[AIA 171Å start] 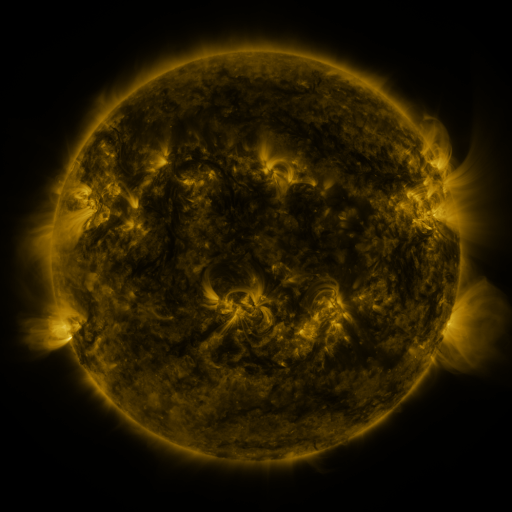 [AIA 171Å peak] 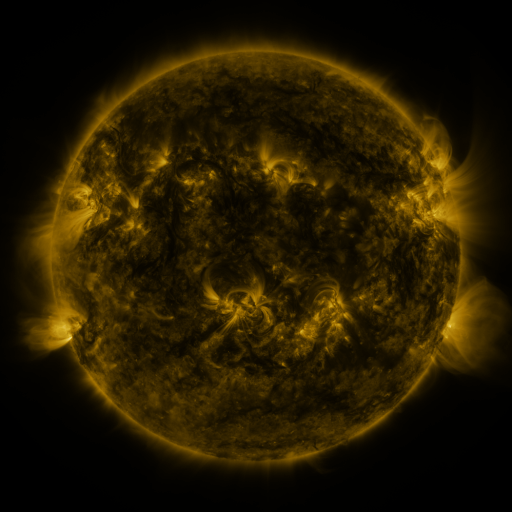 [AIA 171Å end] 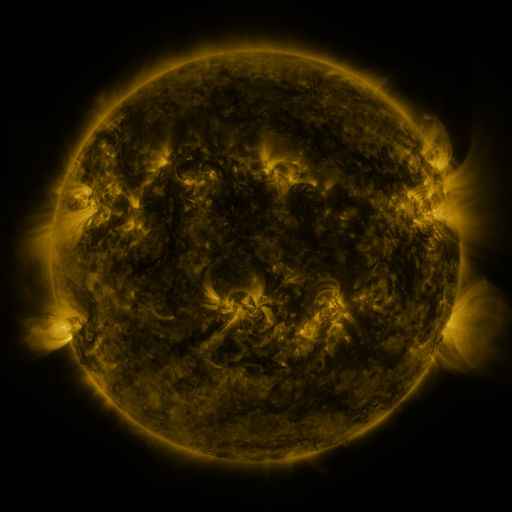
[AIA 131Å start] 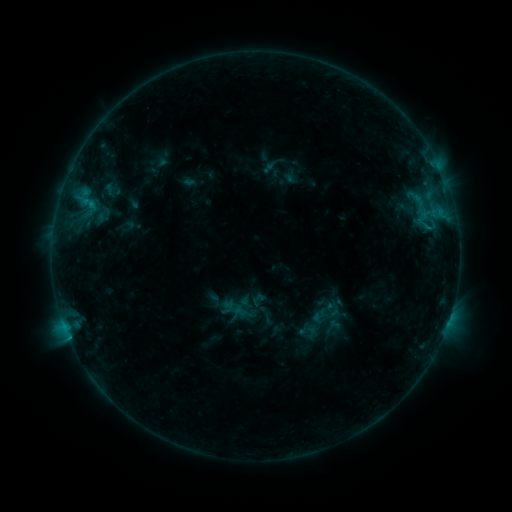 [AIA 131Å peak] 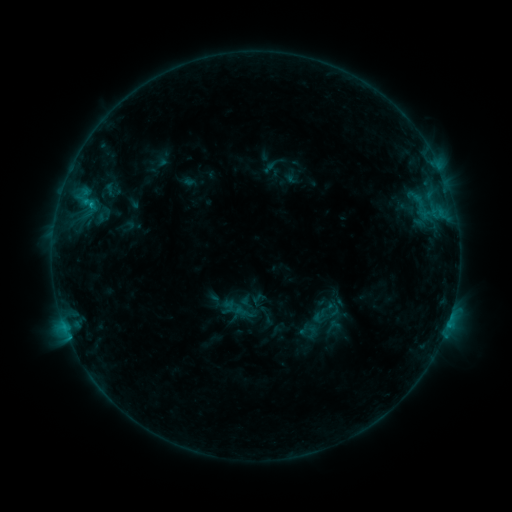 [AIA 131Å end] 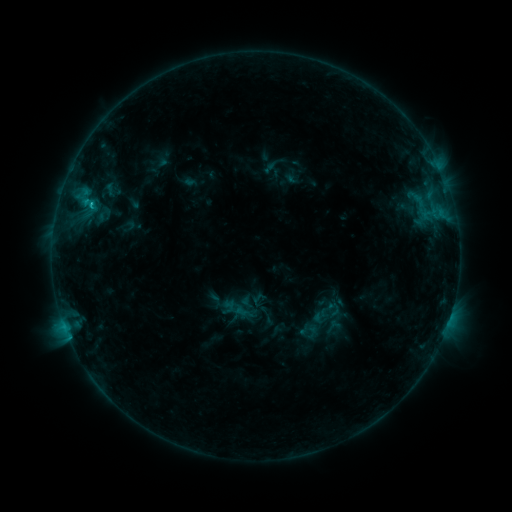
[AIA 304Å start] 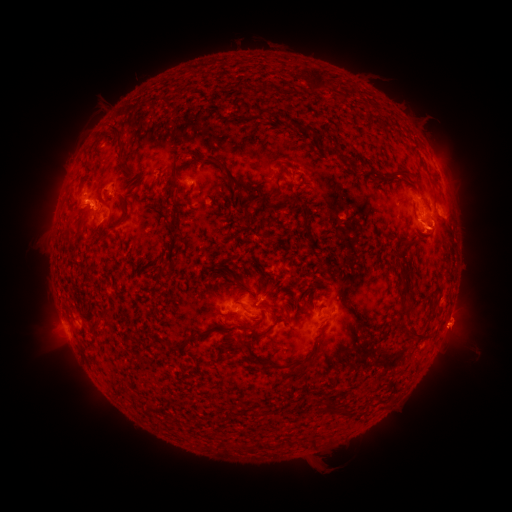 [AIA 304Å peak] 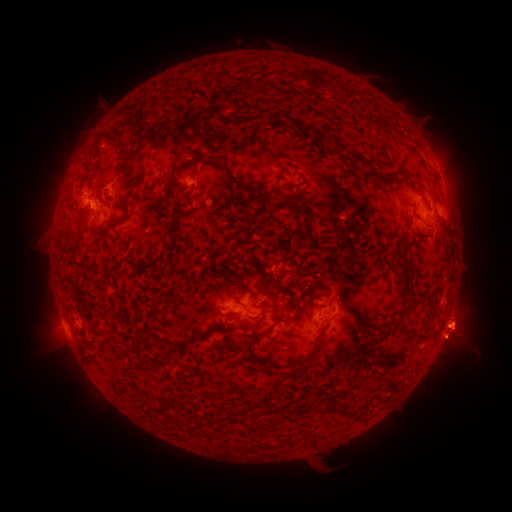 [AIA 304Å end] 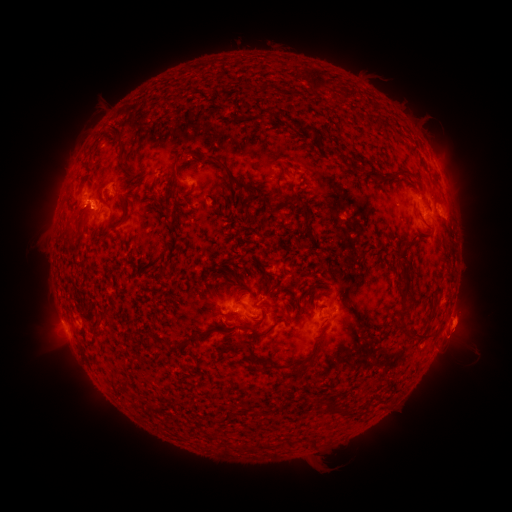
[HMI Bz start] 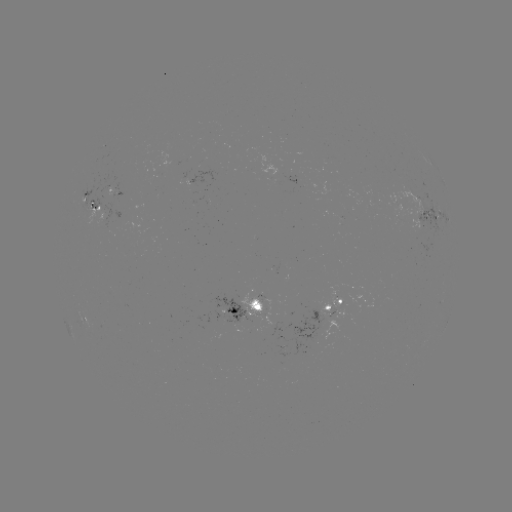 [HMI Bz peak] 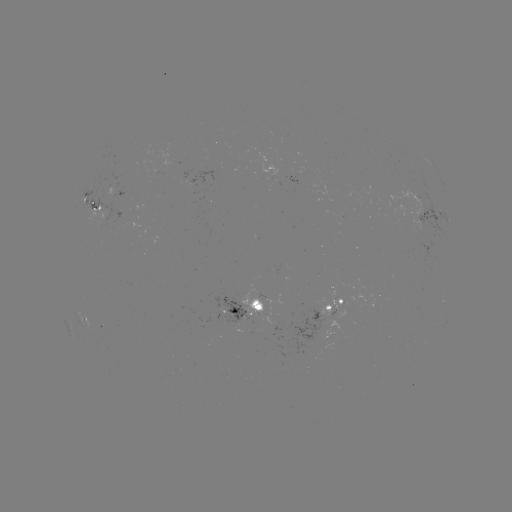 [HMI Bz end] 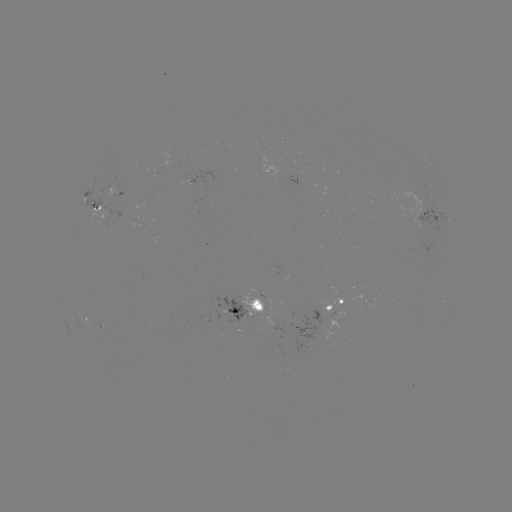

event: eruption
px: (464, 327)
